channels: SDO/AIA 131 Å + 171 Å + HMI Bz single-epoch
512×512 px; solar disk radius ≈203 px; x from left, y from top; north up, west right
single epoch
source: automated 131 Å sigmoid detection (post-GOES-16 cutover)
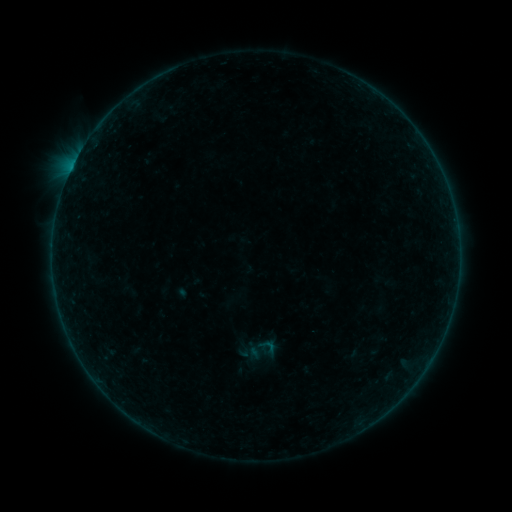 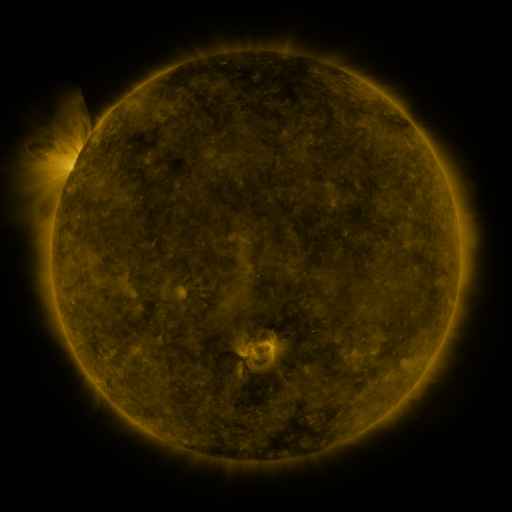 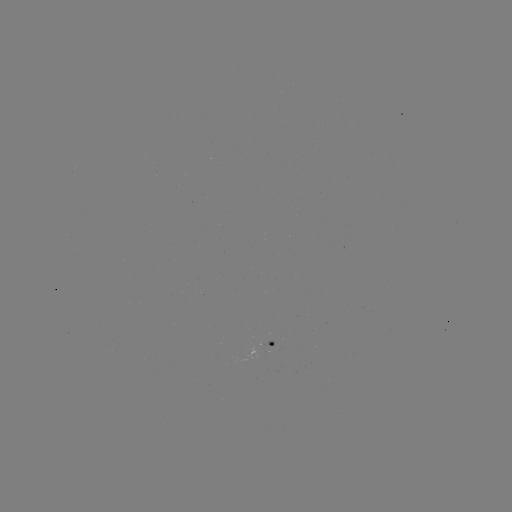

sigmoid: <bbox>258, 336, 278, 356</bbox>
